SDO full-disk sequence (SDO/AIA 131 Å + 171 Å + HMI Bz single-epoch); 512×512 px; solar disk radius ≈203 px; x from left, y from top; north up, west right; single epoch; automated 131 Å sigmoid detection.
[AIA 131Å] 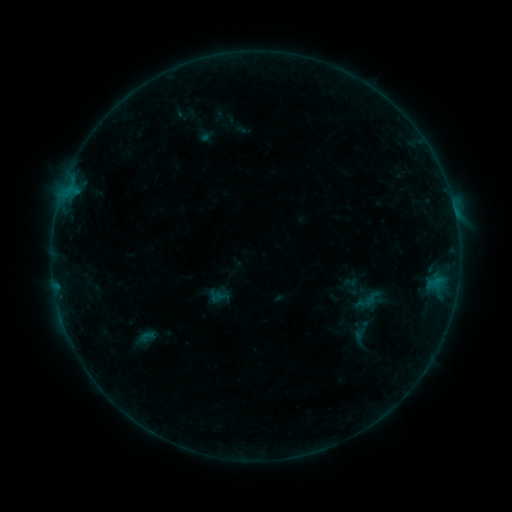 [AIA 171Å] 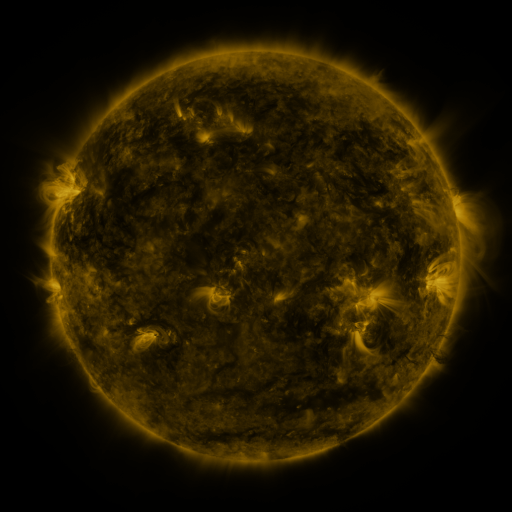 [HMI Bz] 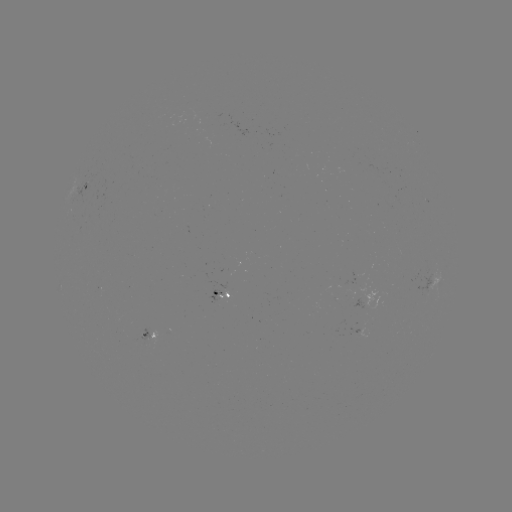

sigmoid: [134, 329, 159, 344]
